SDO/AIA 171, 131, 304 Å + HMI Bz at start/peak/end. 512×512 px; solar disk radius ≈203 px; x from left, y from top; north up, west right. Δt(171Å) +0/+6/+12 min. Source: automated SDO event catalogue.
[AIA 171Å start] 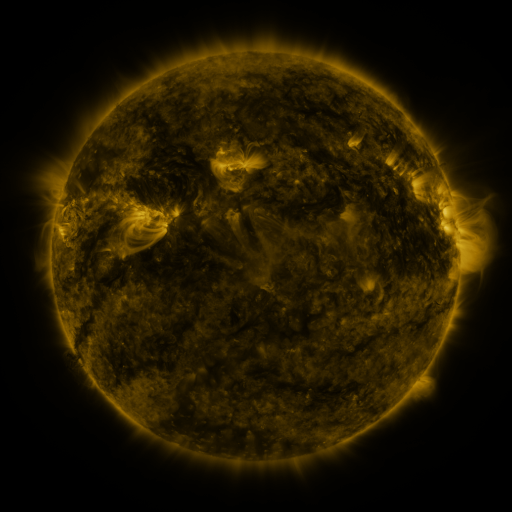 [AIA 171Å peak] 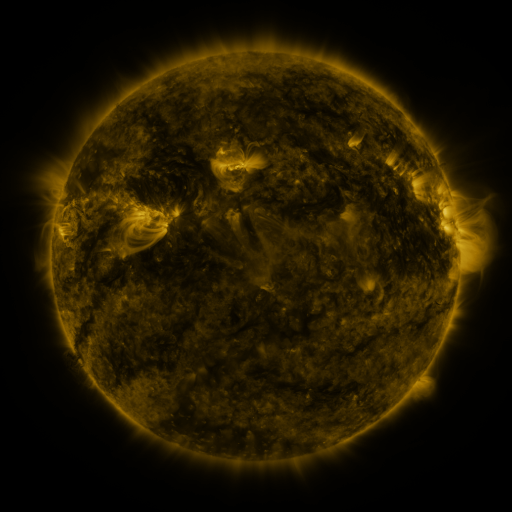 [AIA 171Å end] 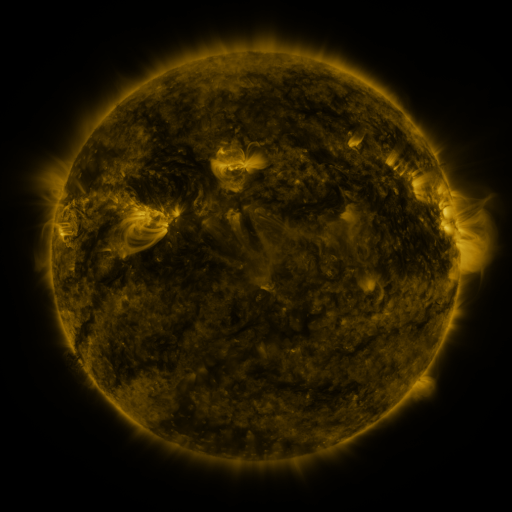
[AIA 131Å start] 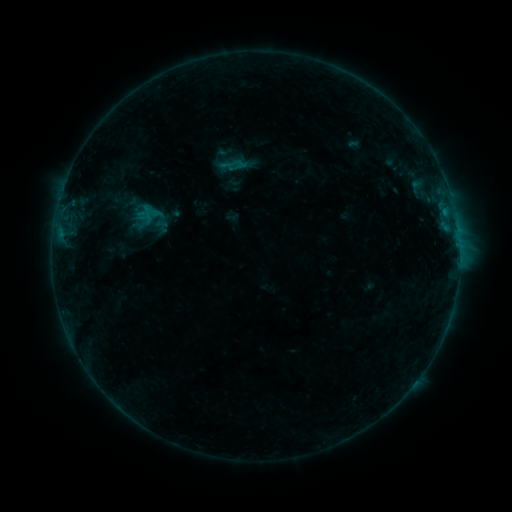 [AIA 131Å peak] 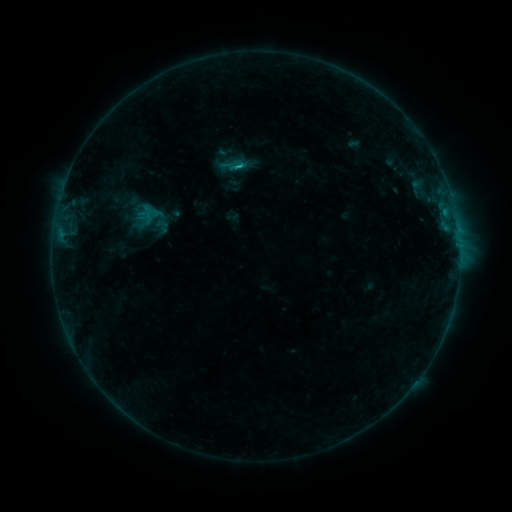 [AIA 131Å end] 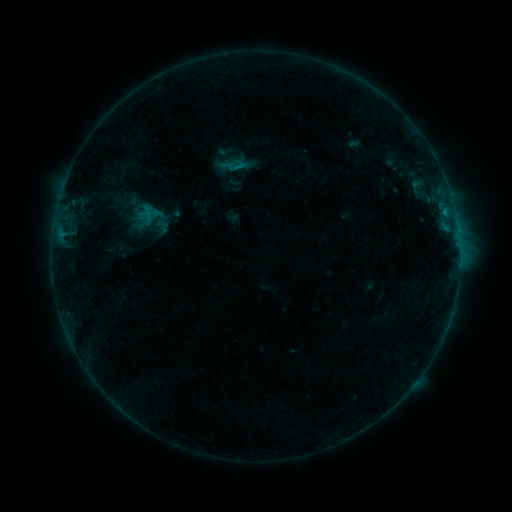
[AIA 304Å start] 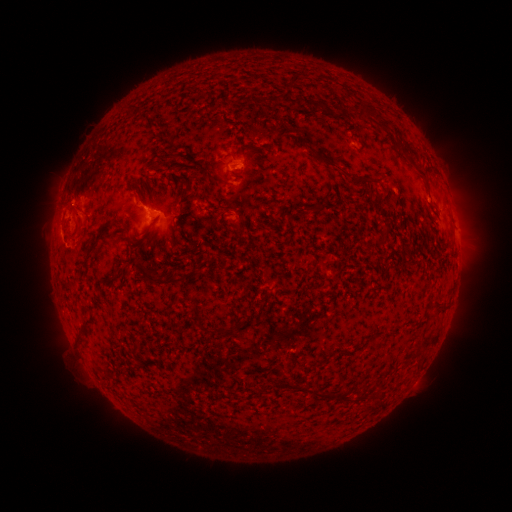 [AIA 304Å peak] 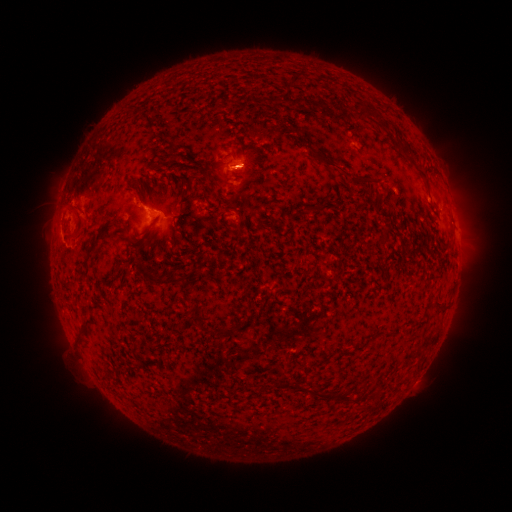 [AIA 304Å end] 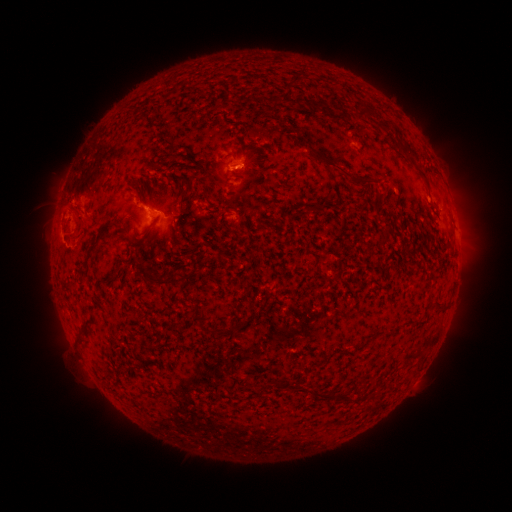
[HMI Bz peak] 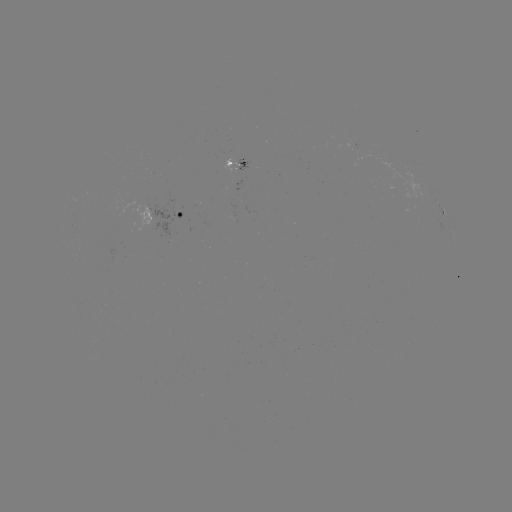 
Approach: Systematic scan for B6.4 flare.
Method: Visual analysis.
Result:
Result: B6.4 flare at [242, 169].